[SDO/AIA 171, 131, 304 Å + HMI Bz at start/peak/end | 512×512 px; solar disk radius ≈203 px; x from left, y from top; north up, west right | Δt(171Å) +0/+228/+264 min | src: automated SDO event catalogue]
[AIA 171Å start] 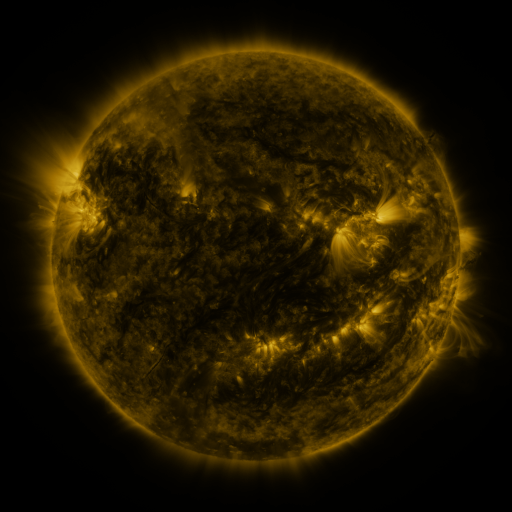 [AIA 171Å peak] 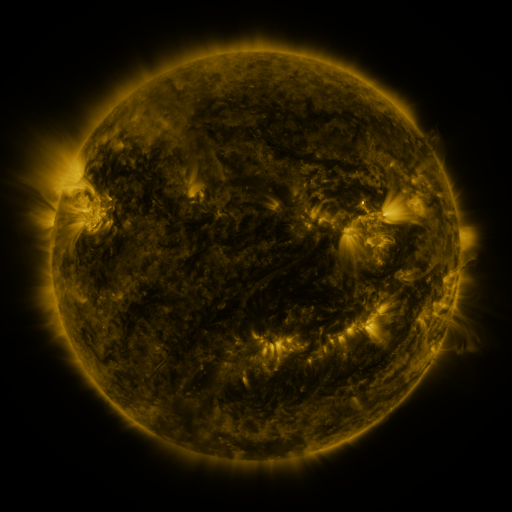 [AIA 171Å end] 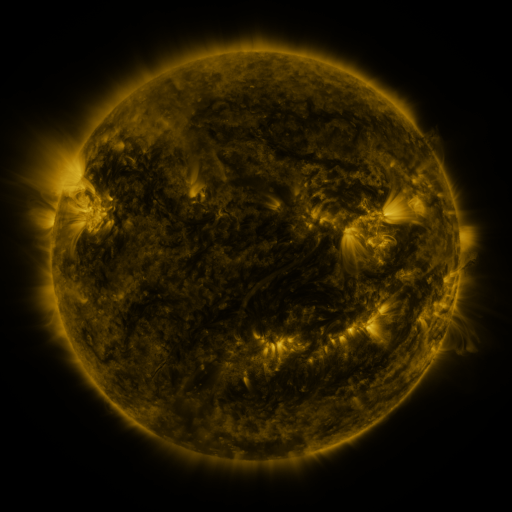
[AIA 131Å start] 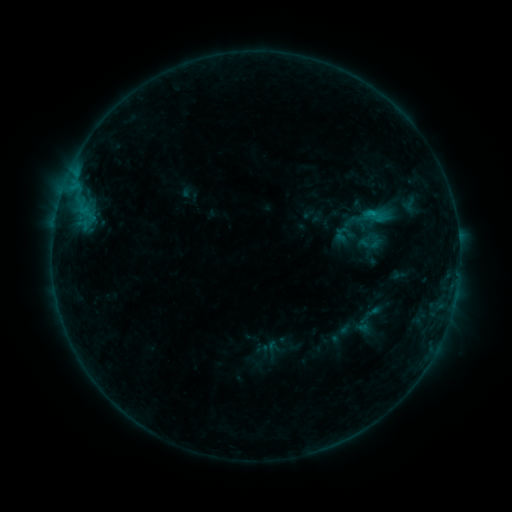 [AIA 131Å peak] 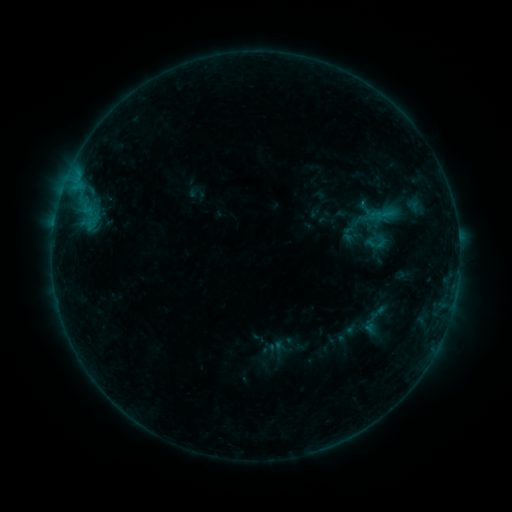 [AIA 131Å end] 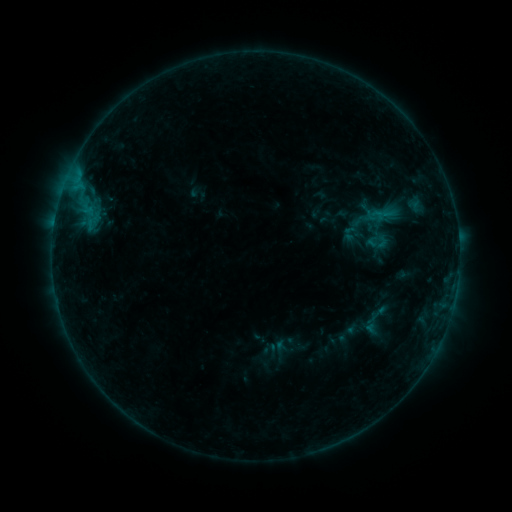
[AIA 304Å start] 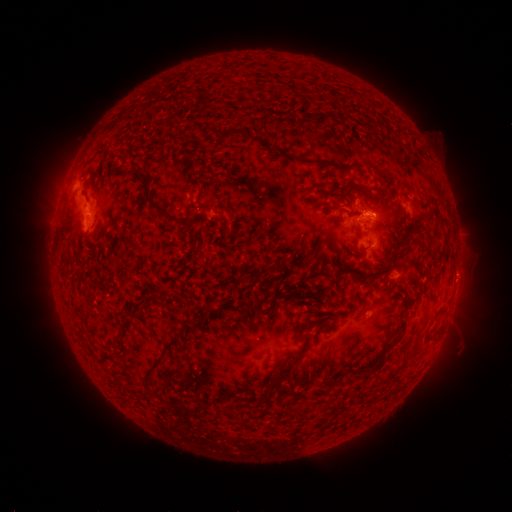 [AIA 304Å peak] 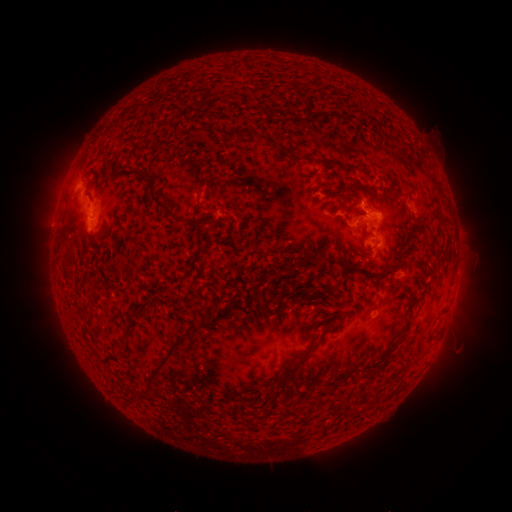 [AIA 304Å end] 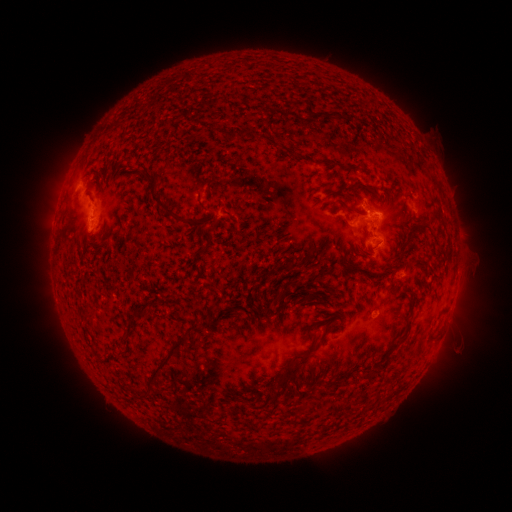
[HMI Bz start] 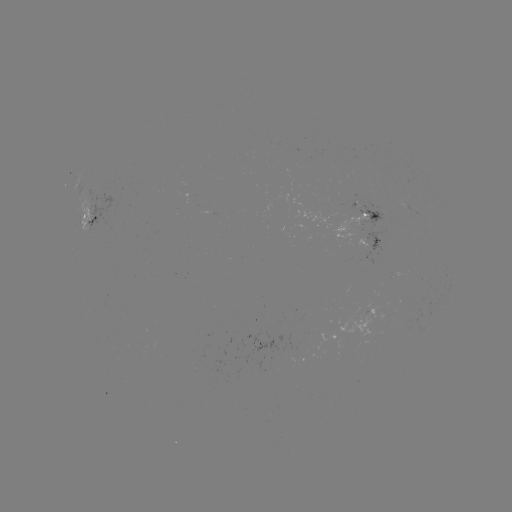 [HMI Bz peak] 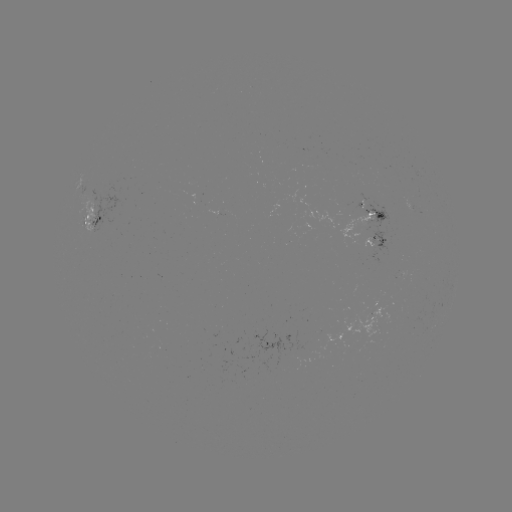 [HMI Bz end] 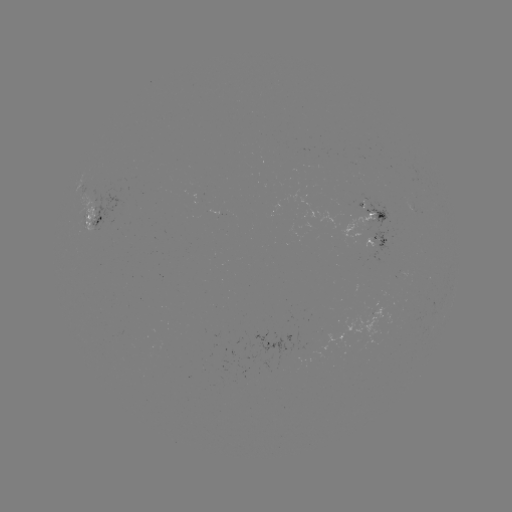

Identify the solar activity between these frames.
emerging-flux region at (361, 204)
